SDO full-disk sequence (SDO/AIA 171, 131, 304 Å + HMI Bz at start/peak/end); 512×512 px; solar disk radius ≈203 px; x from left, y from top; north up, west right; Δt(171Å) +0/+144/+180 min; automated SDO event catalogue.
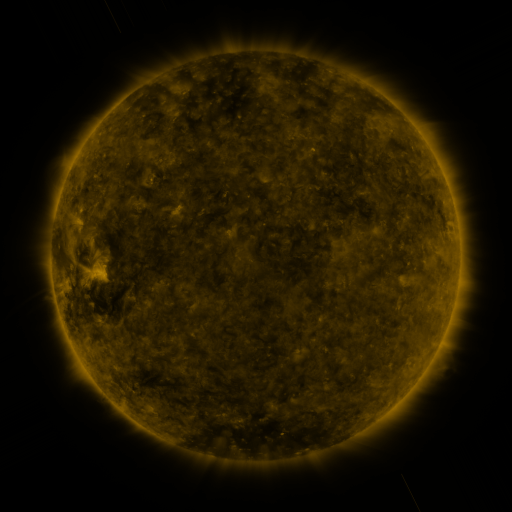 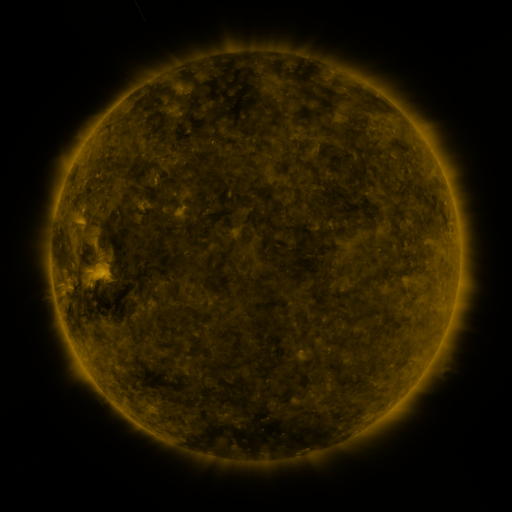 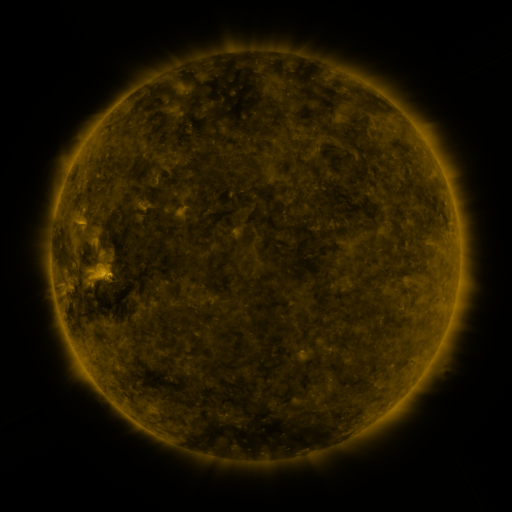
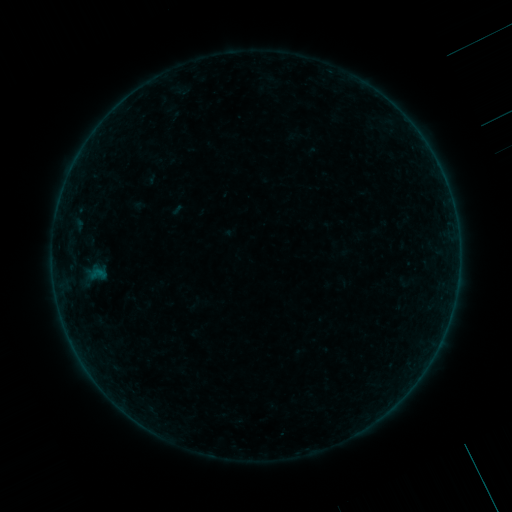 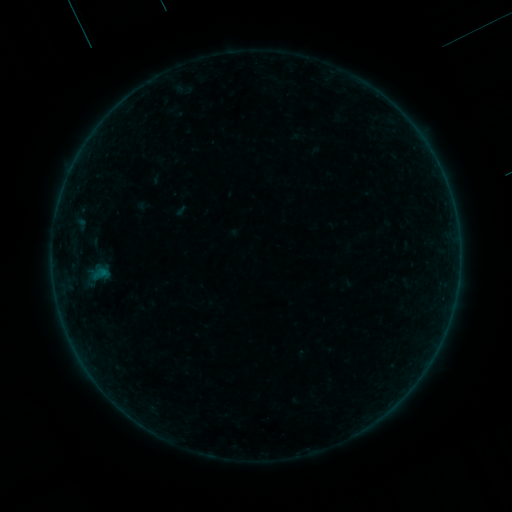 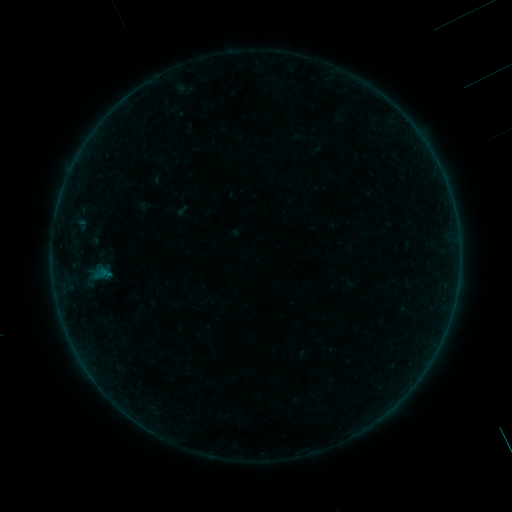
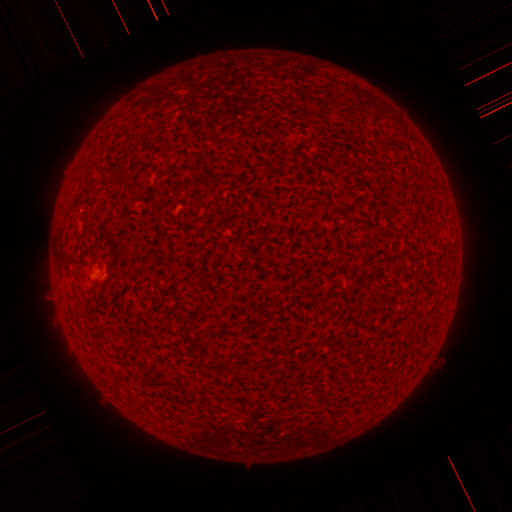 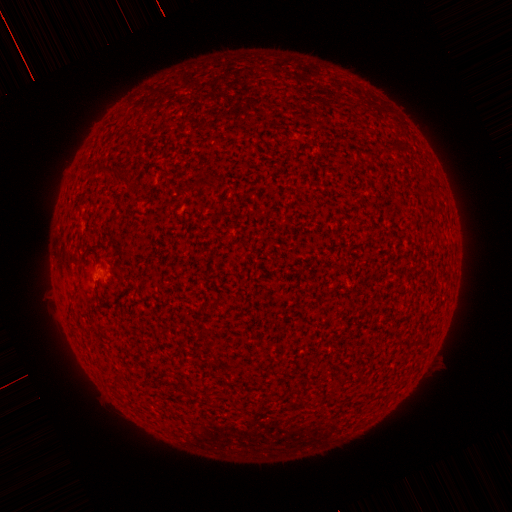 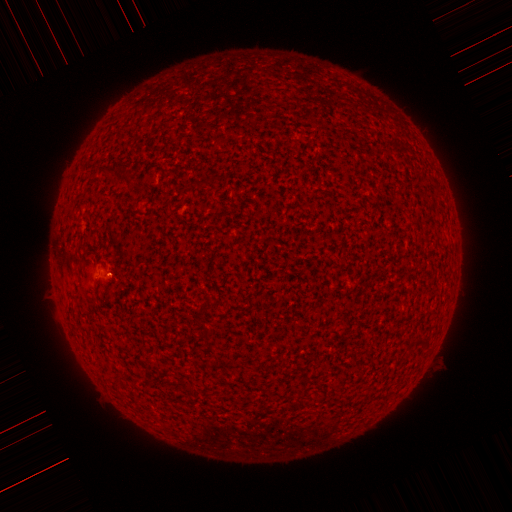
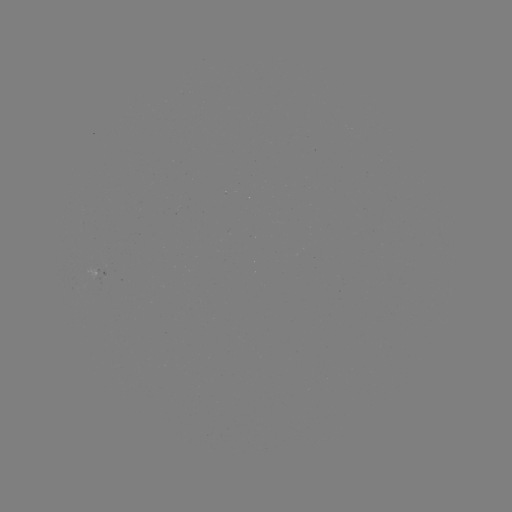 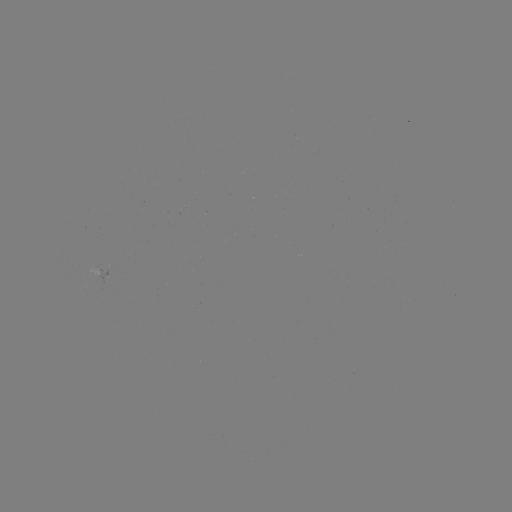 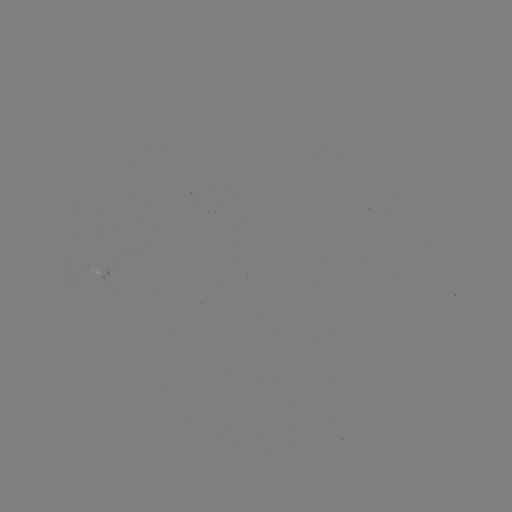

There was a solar emerging-flux region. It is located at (137, 264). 